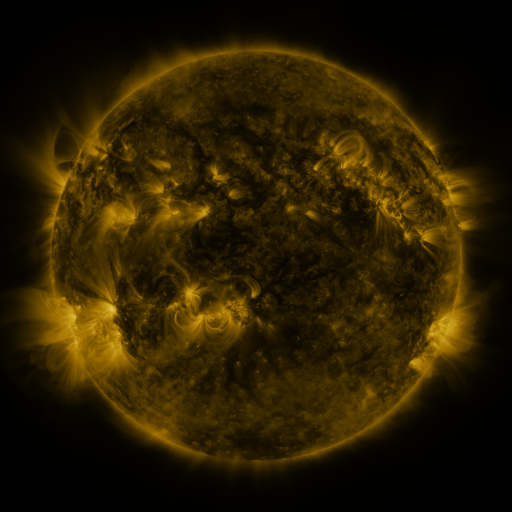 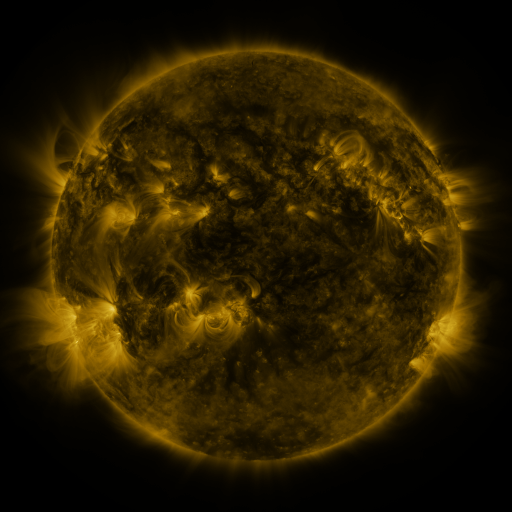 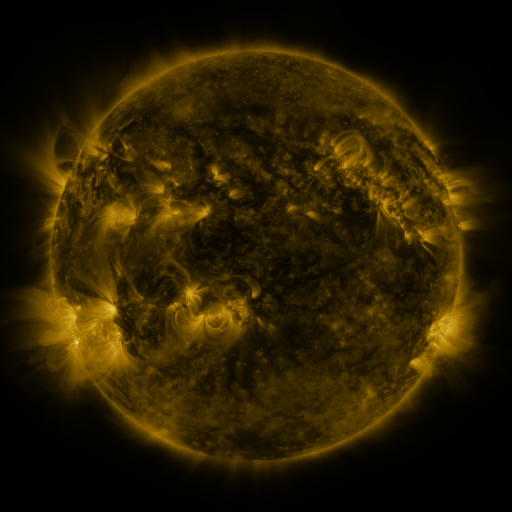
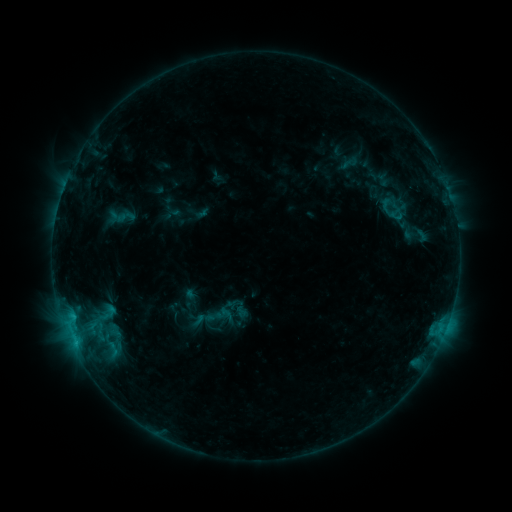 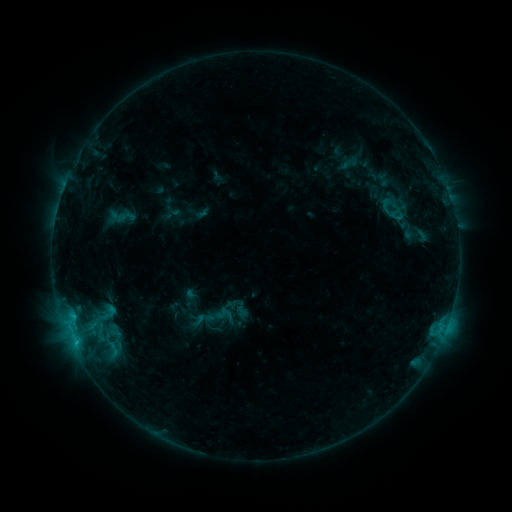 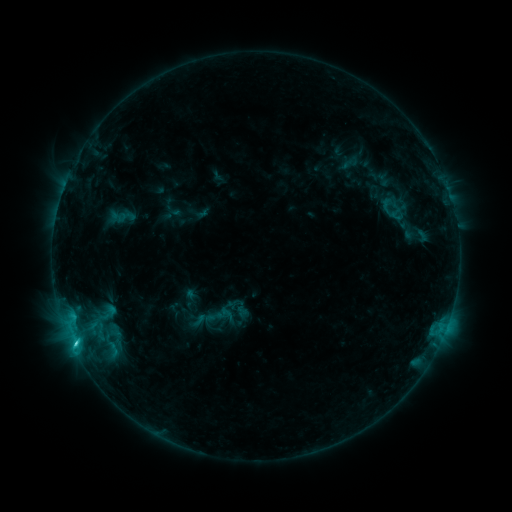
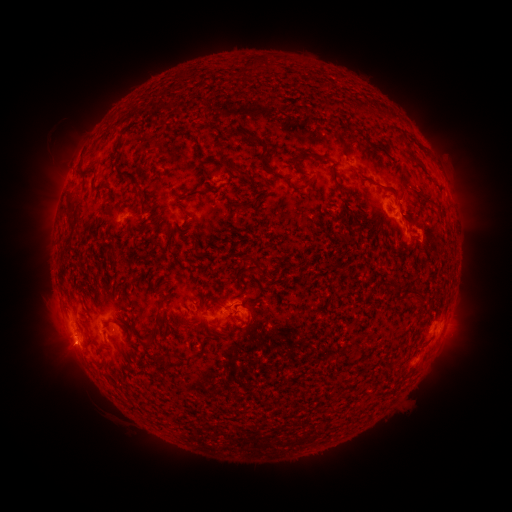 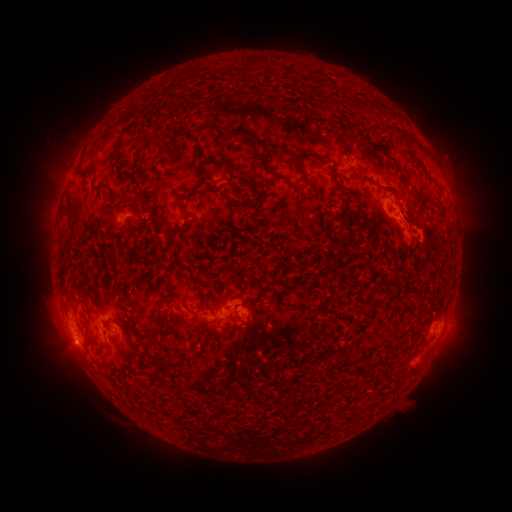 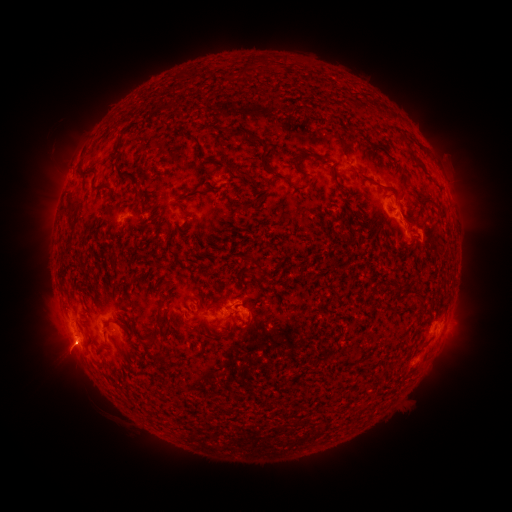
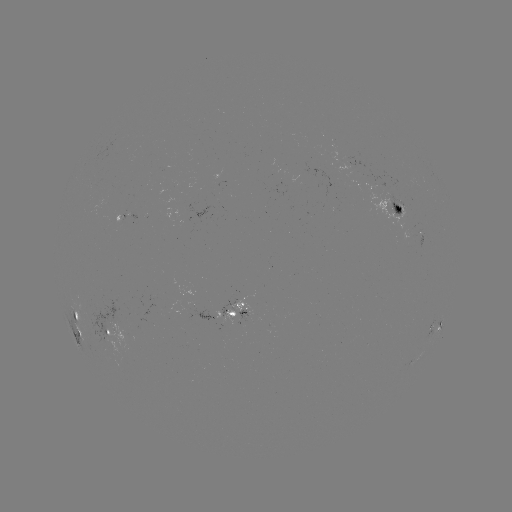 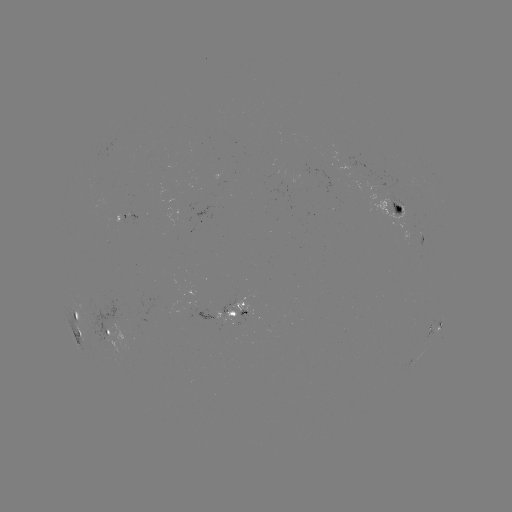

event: flare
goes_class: C3.0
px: (75, 340)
